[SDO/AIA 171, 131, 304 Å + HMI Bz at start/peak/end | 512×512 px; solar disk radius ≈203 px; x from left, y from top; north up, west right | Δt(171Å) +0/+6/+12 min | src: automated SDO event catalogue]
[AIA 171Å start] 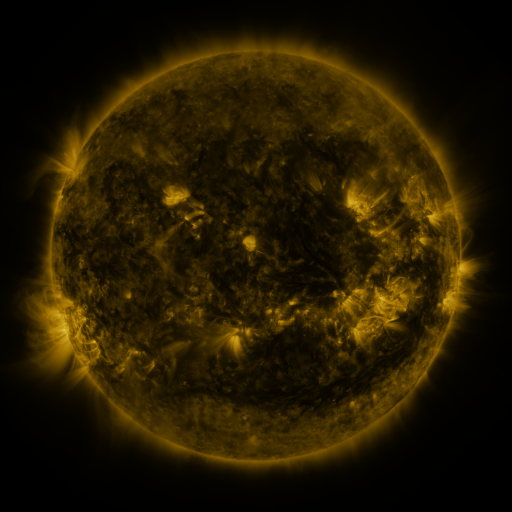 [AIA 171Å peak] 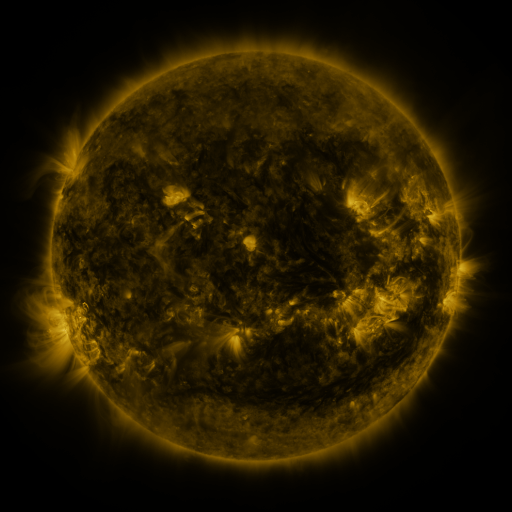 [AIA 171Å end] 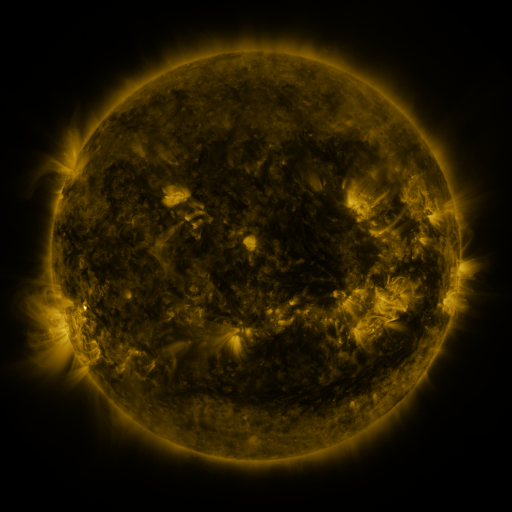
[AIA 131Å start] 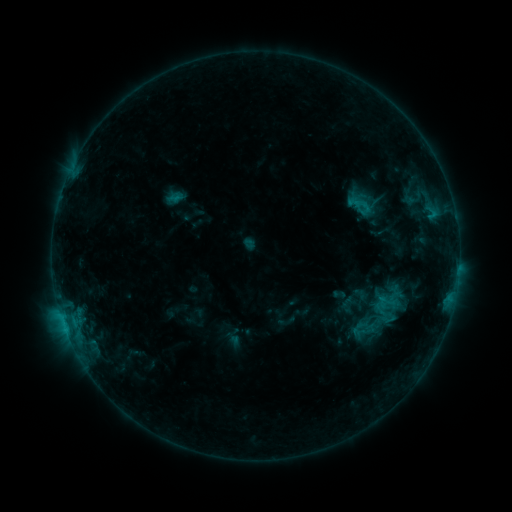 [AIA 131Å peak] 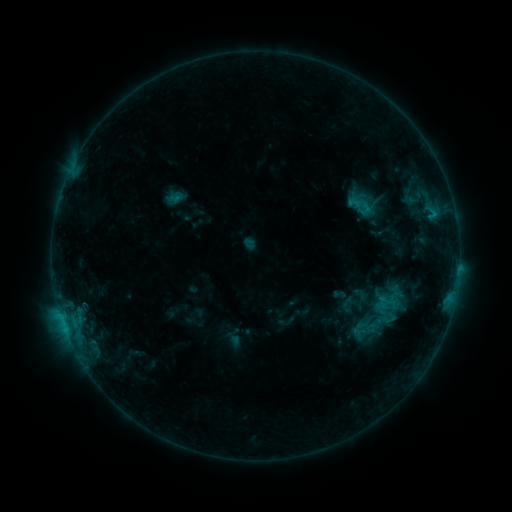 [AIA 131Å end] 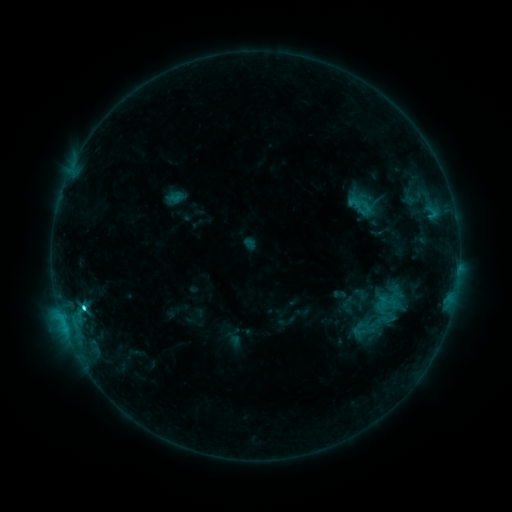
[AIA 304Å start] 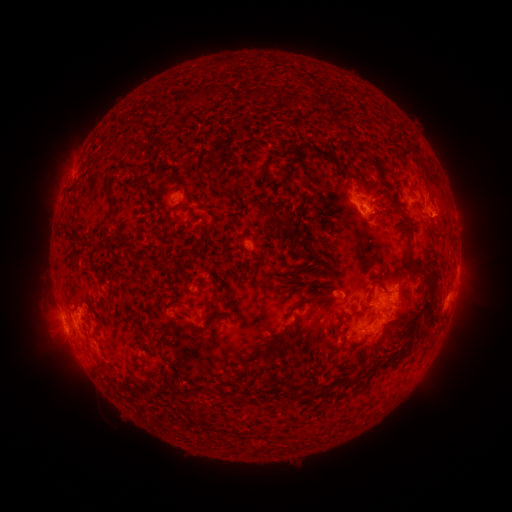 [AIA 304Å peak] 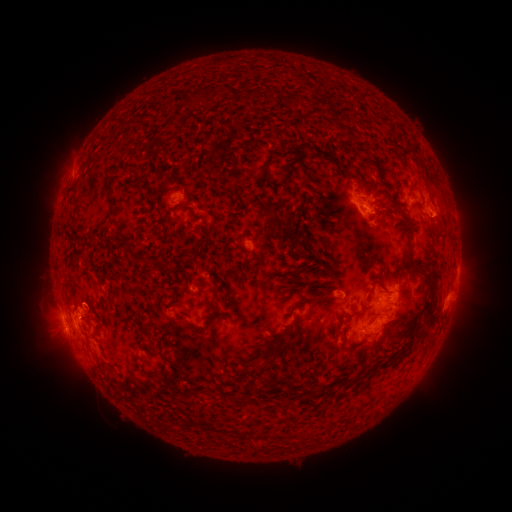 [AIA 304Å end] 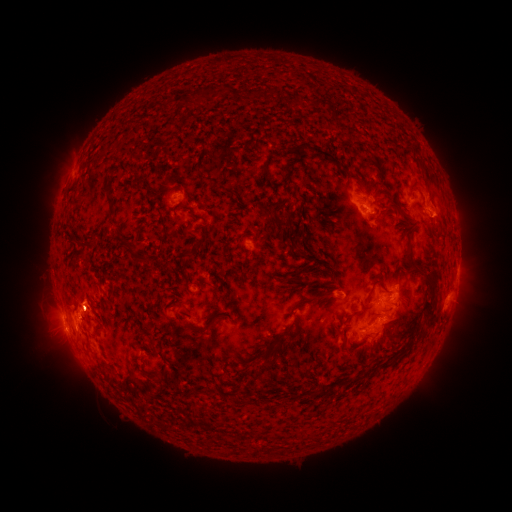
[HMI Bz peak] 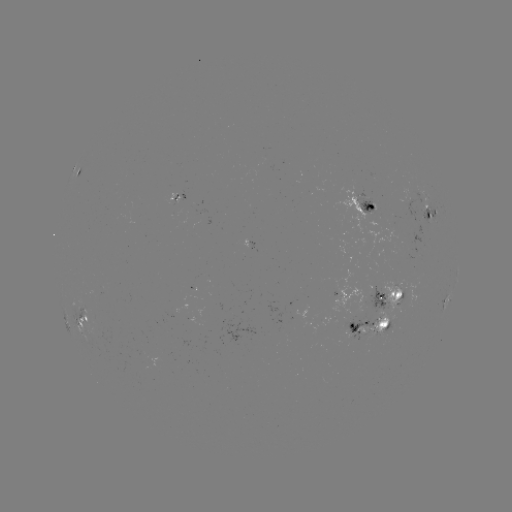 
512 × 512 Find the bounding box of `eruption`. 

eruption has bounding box [62, 271, 111, 321].